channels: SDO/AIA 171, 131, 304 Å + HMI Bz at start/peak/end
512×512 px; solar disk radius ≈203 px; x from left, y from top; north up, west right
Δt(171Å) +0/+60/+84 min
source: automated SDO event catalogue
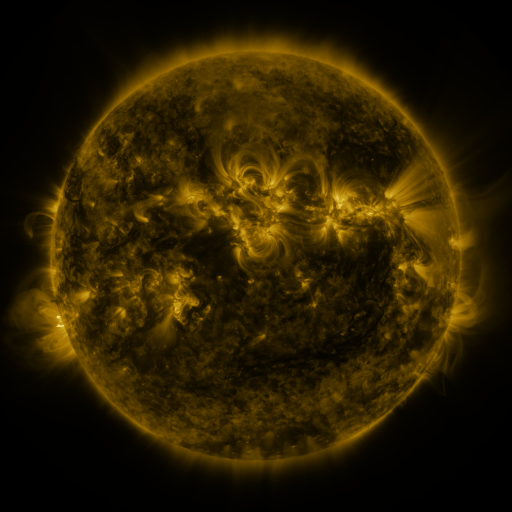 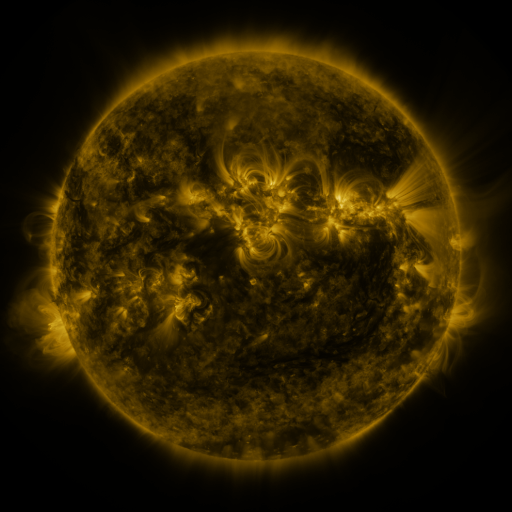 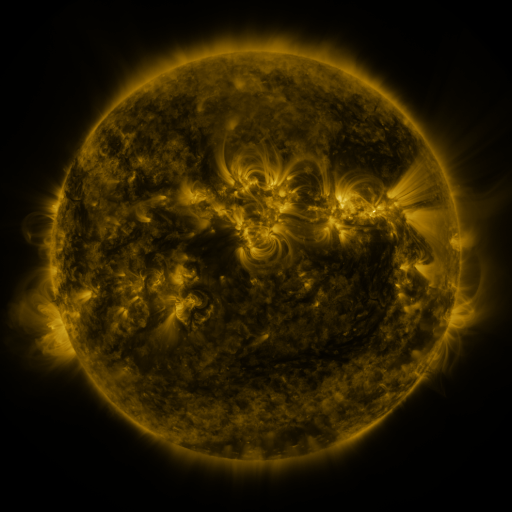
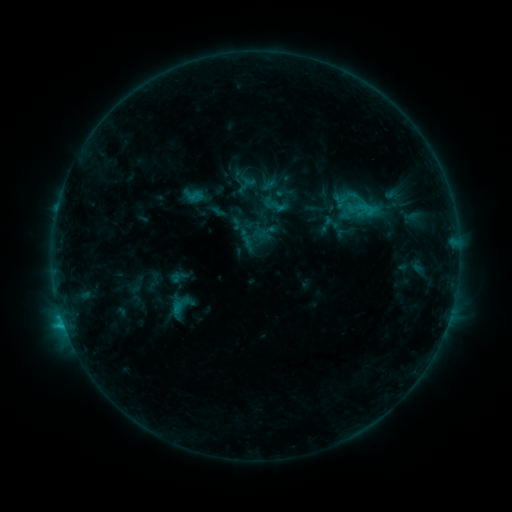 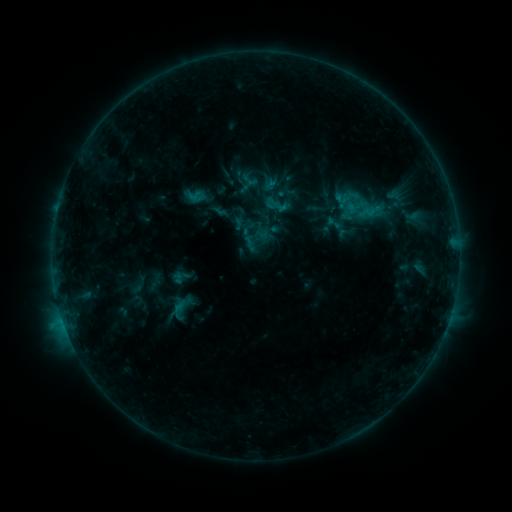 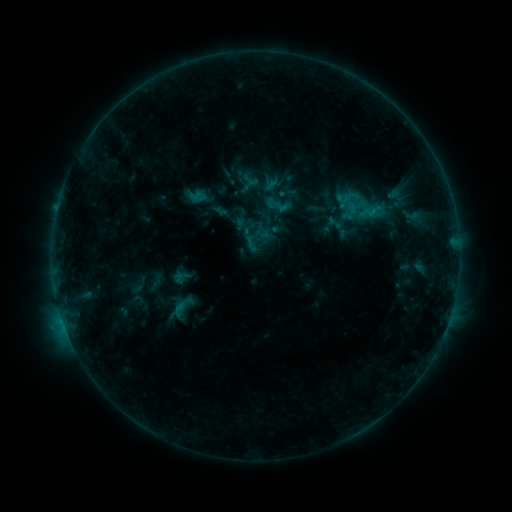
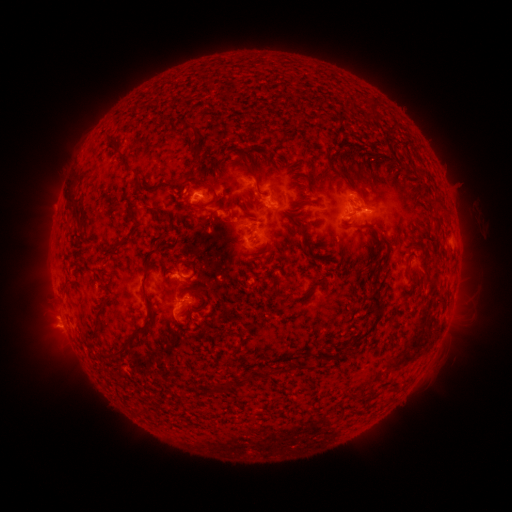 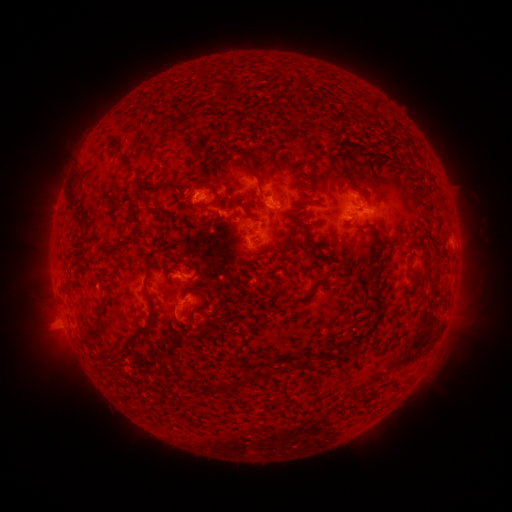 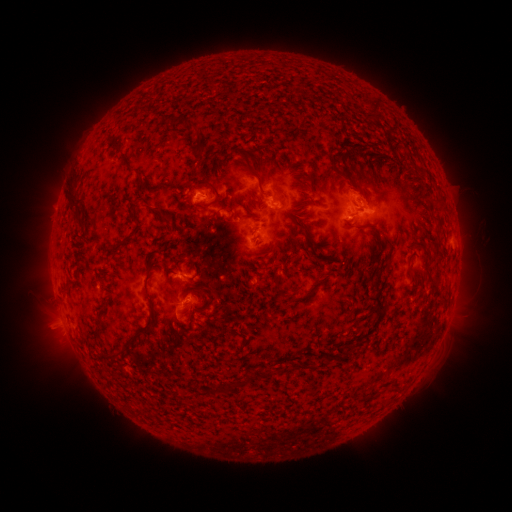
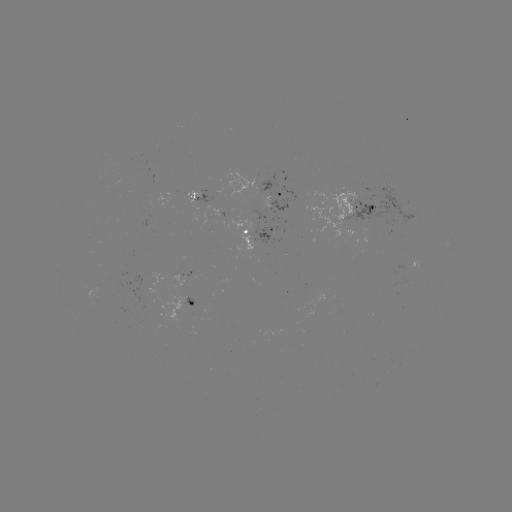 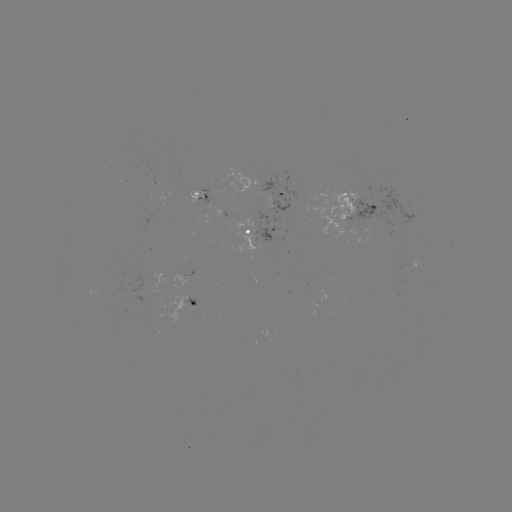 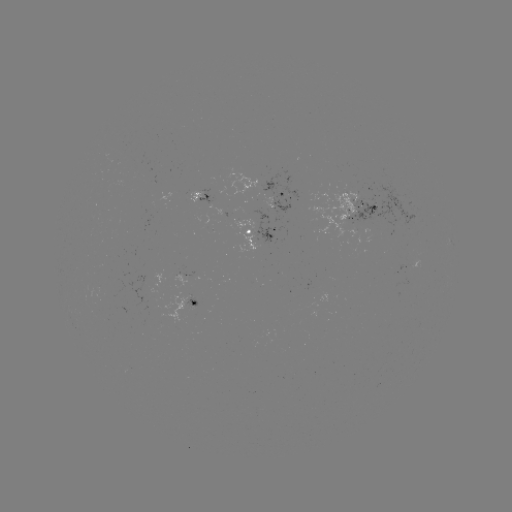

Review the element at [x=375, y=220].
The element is emerging-flux region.